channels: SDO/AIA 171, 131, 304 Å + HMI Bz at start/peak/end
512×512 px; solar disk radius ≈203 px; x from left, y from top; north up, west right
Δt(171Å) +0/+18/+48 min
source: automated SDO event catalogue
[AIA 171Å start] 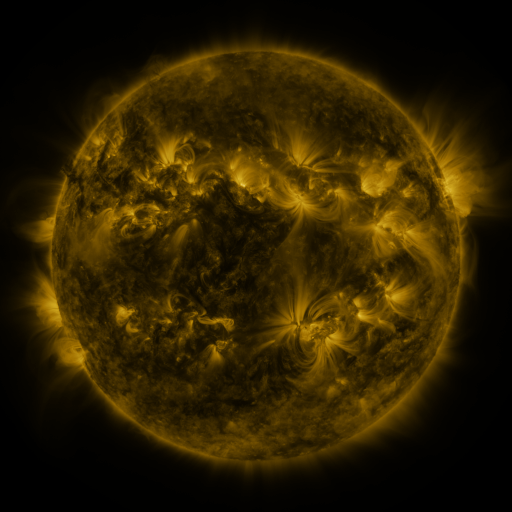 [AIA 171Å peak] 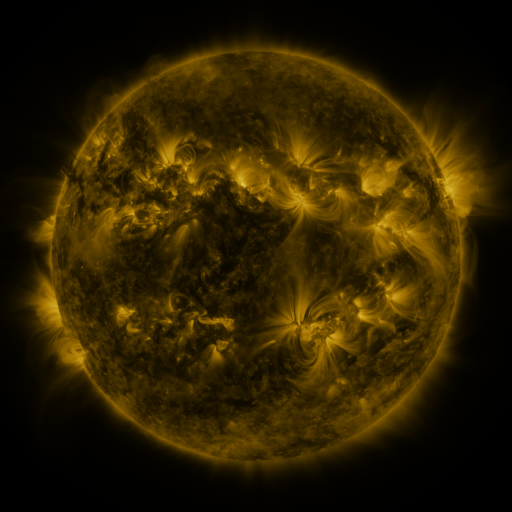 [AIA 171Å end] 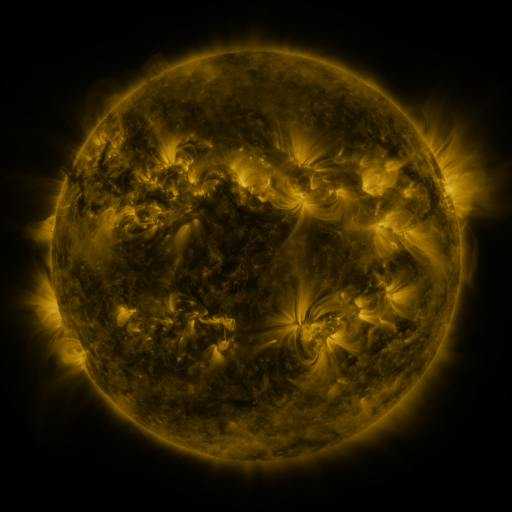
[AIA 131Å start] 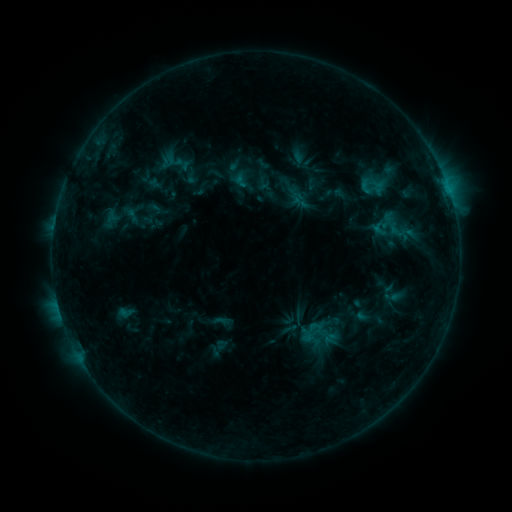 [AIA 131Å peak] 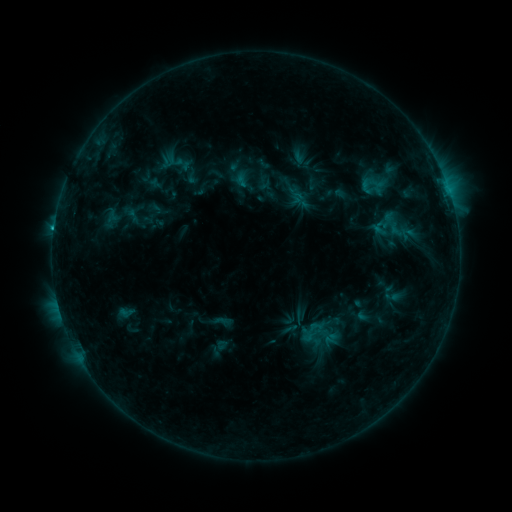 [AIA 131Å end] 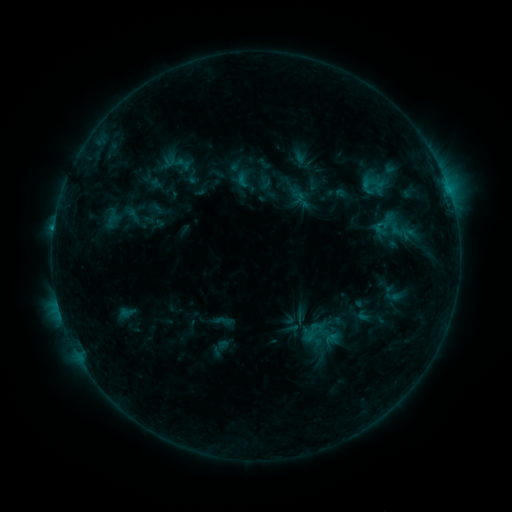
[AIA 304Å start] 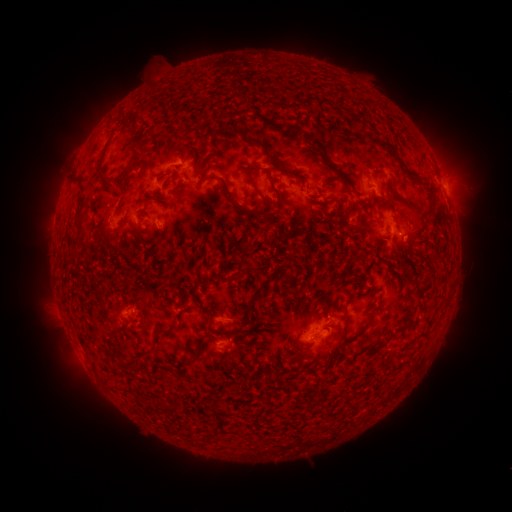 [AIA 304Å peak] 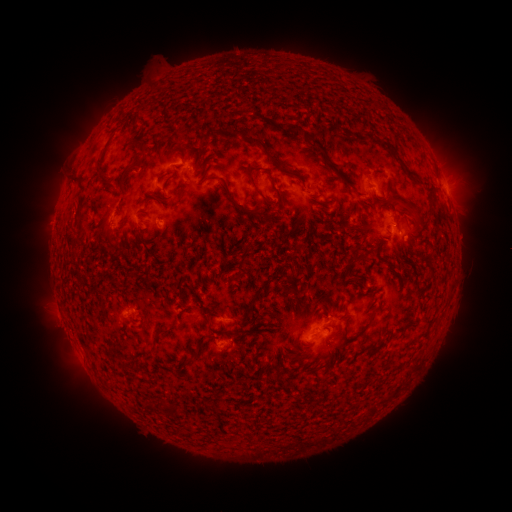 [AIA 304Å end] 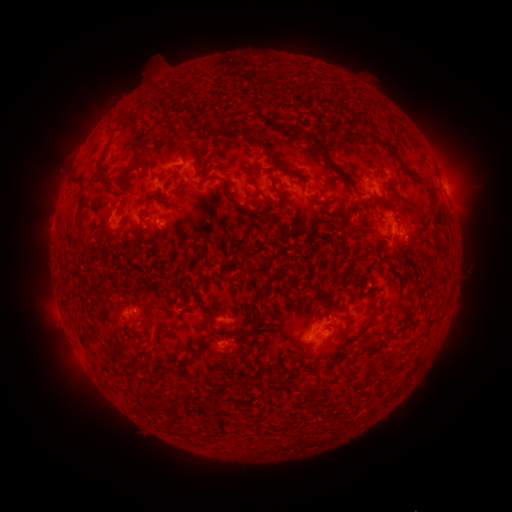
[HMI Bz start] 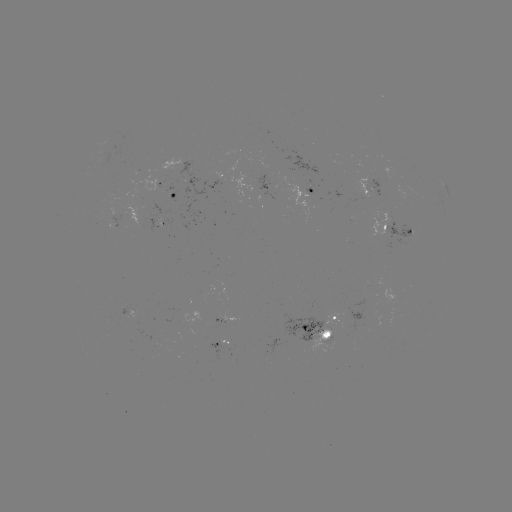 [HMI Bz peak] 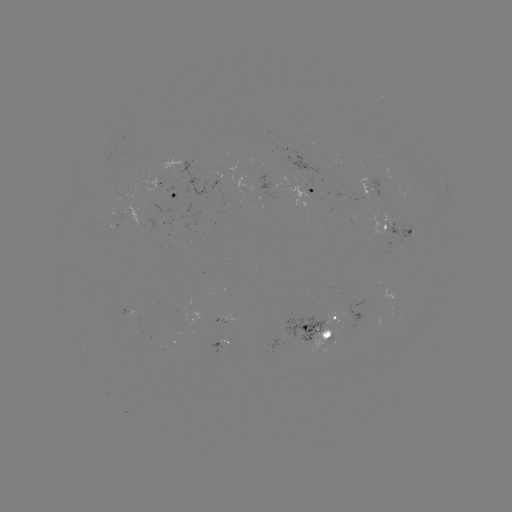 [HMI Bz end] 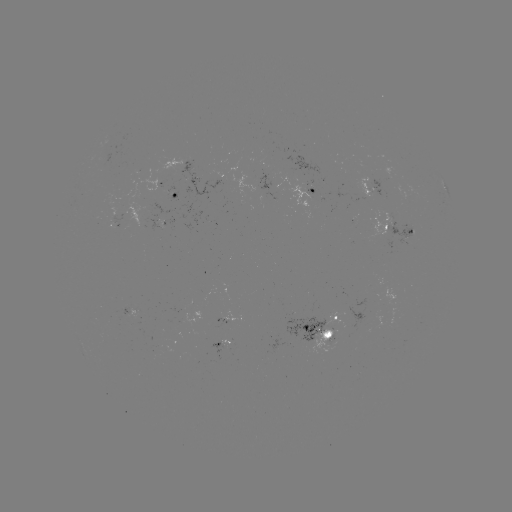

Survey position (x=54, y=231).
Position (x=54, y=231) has B8.3 flare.